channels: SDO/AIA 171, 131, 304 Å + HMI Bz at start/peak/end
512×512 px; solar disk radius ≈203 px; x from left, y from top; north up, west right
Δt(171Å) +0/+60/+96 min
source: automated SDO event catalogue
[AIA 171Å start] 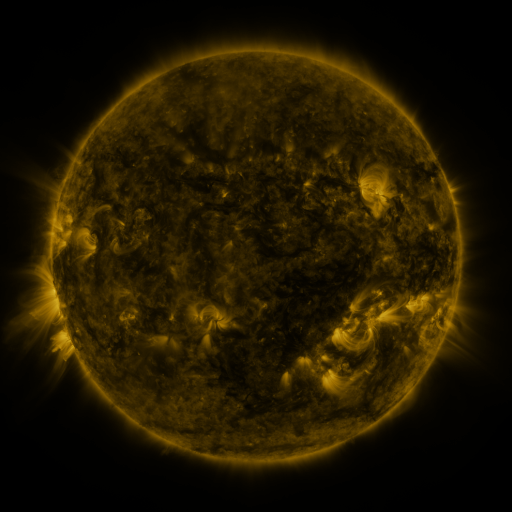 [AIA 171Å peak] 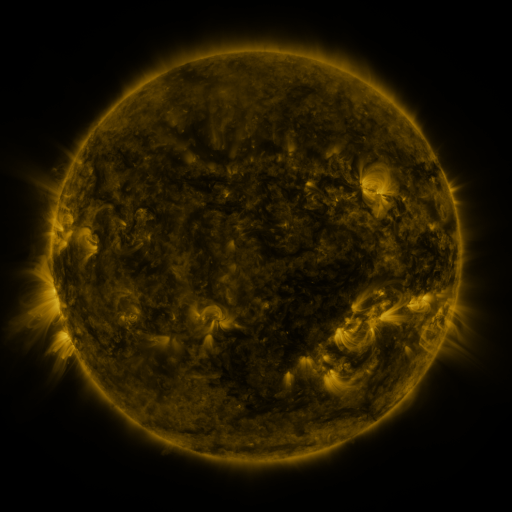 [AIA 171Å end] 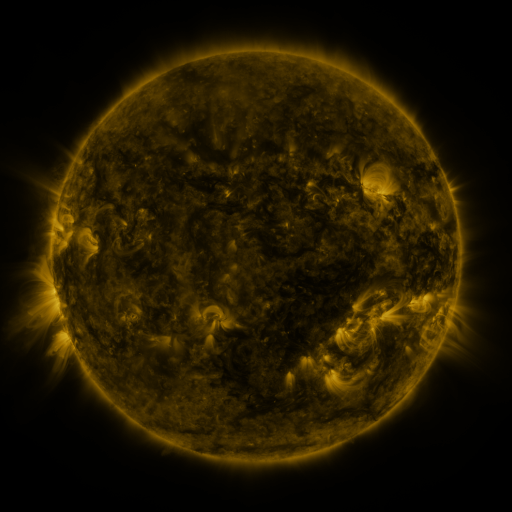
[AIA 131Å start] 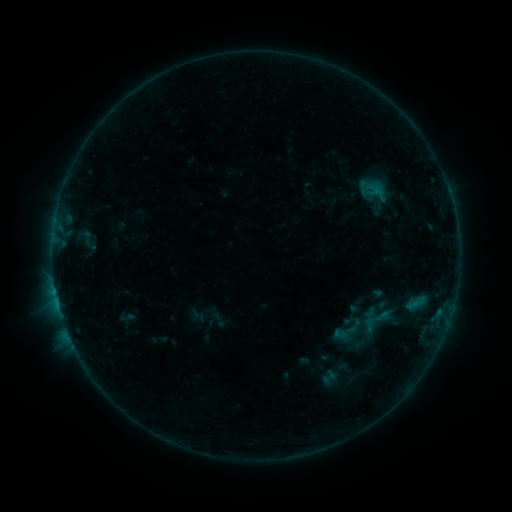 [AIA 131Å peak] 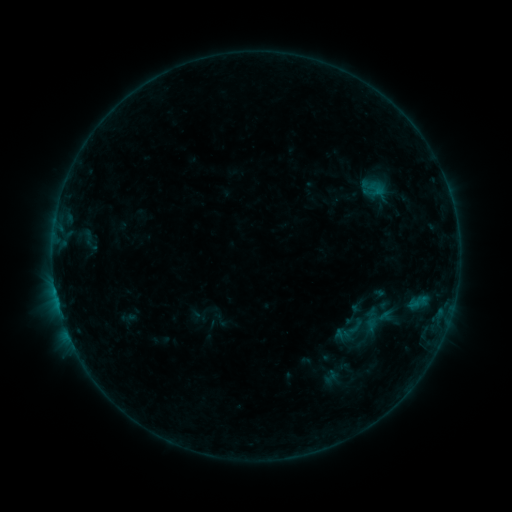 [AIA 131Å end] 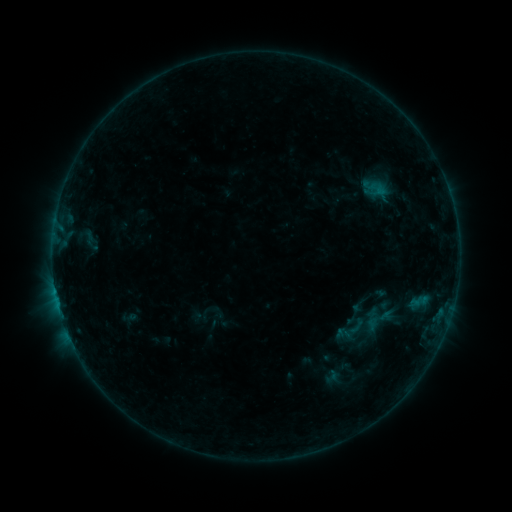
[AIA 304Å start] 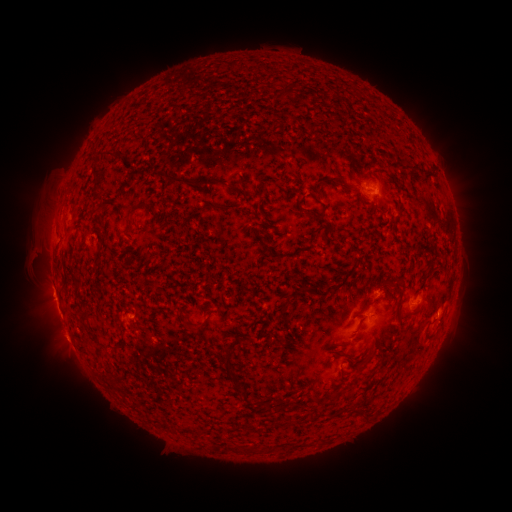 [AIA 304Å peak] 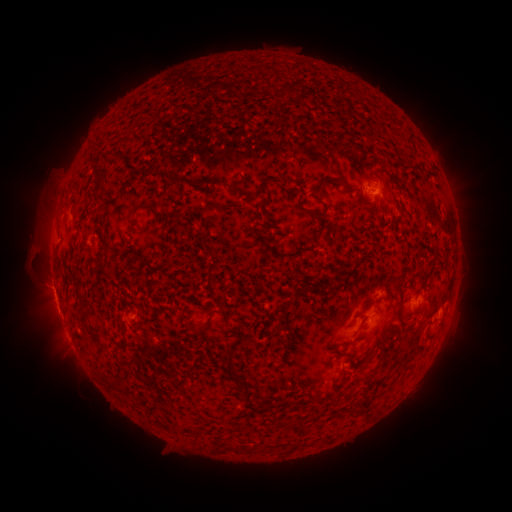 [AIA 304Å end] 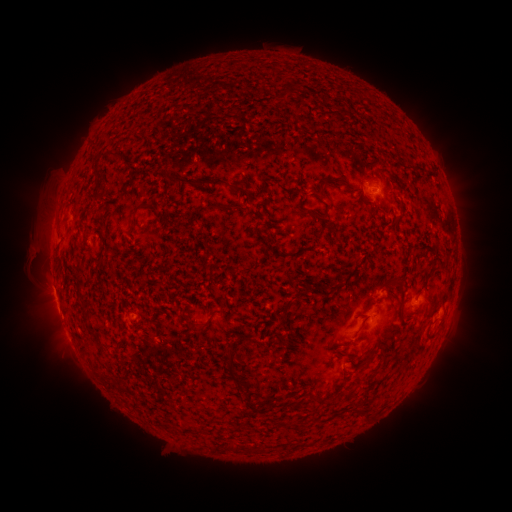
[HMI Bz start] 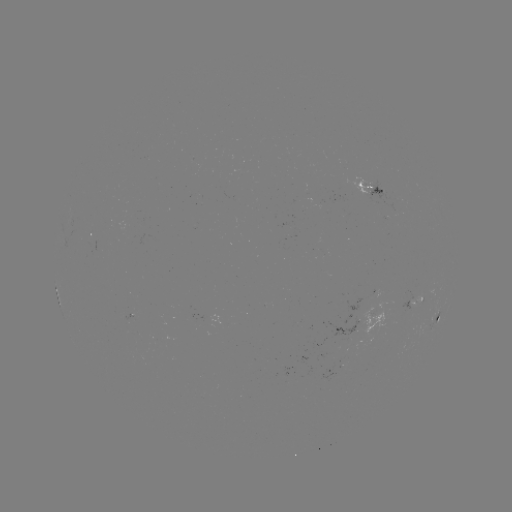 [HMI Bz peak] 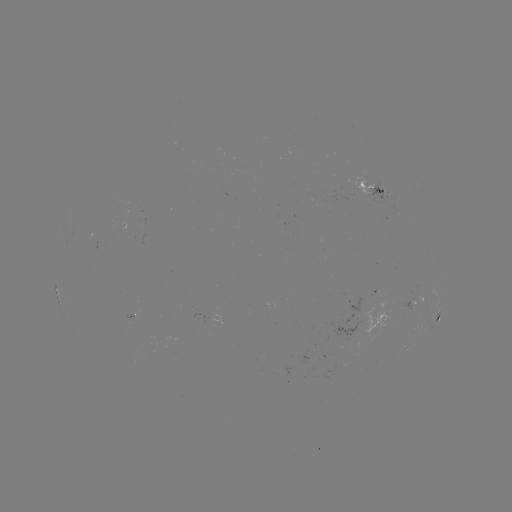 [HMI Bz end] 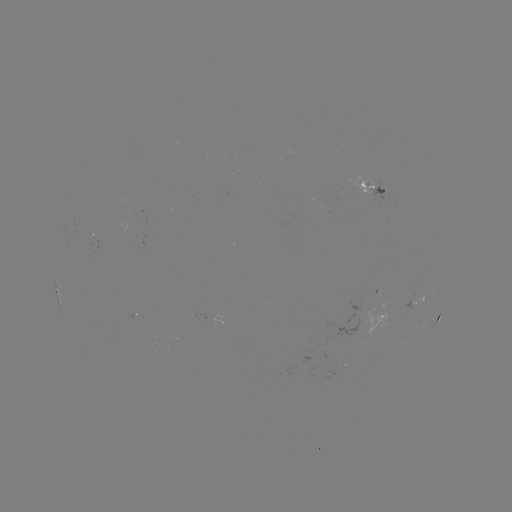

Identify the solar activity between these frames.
emerging-flux region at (325, 198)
